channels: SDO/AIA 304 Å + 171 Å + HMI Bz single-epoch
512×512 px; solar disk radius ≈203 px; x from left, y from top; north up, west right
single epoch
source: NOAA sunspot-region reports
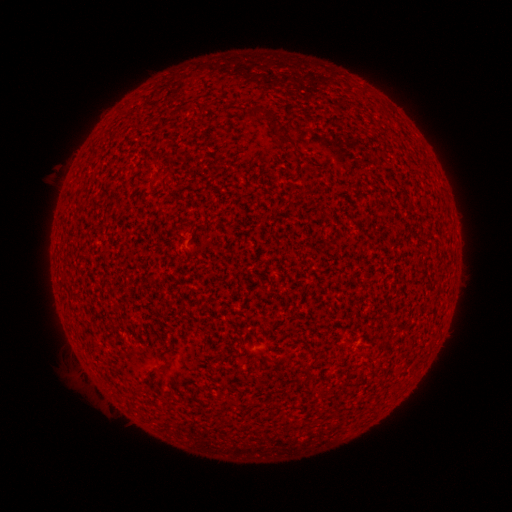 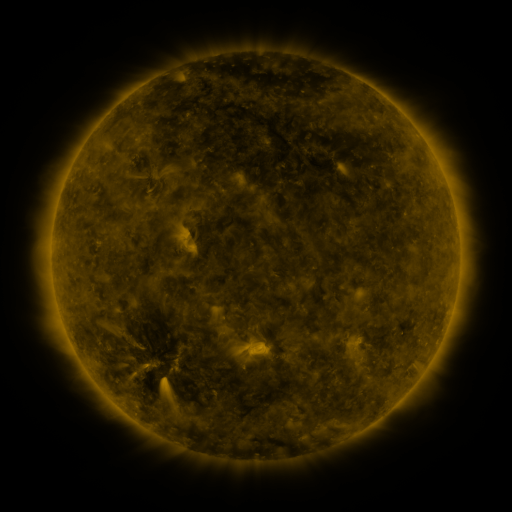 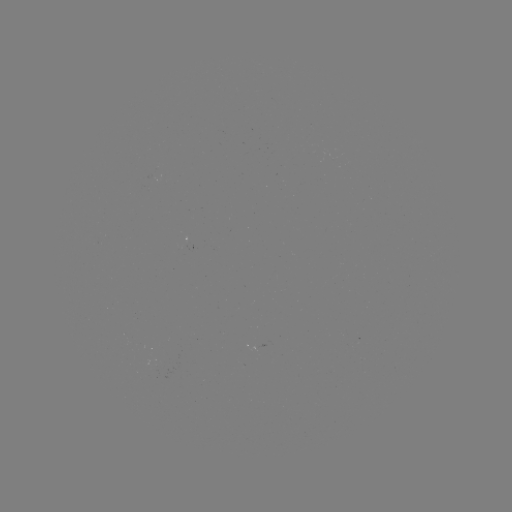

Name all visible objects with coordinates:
(none)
